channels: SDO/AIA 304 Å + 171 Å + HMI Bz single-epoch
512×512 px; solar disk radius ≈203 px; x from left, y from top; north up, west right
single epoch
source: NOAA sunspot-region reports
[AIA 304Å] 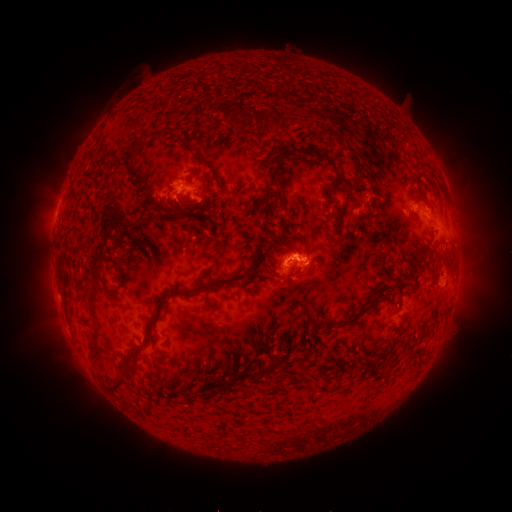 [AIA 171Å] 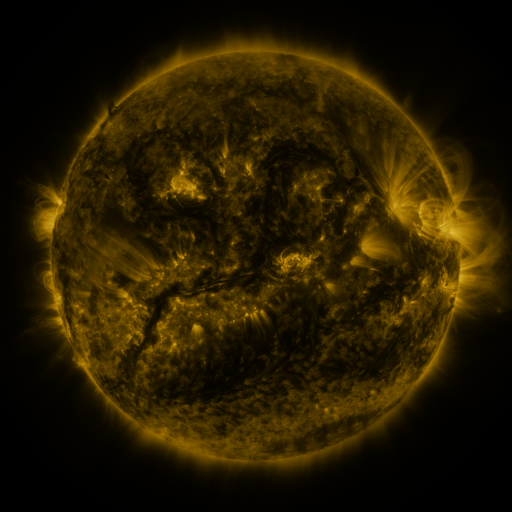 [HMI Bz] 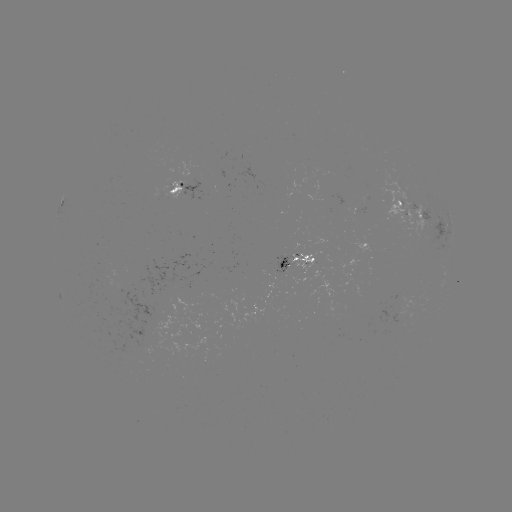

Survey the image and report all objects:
spotted active region: (178, 189)
spotted active region: (65, 198)
spotted active region: (424, 212)
spotted active region: (301, 262)
